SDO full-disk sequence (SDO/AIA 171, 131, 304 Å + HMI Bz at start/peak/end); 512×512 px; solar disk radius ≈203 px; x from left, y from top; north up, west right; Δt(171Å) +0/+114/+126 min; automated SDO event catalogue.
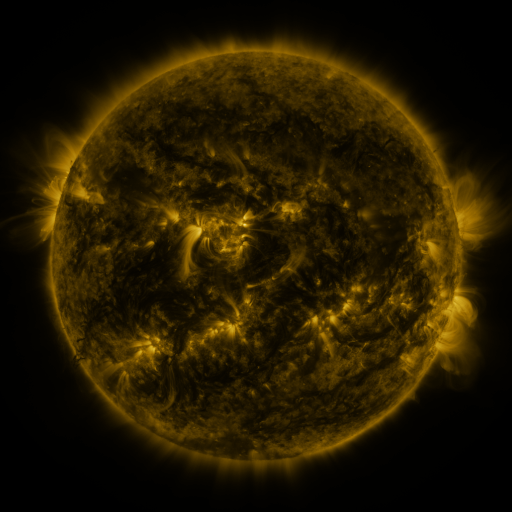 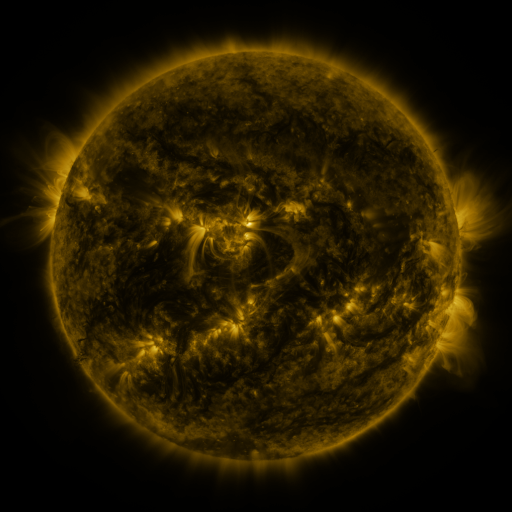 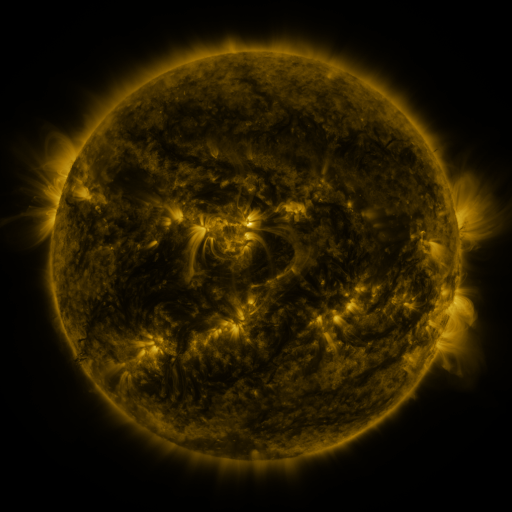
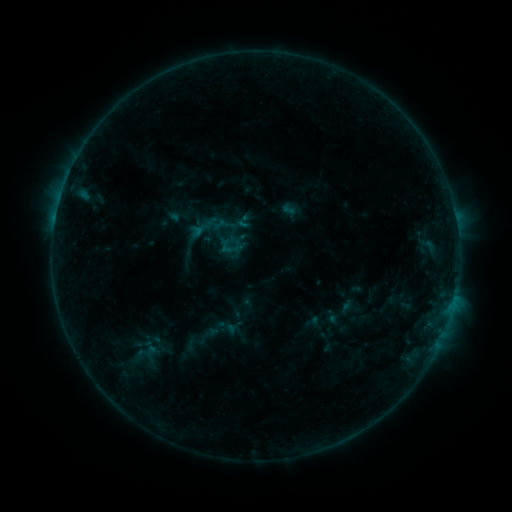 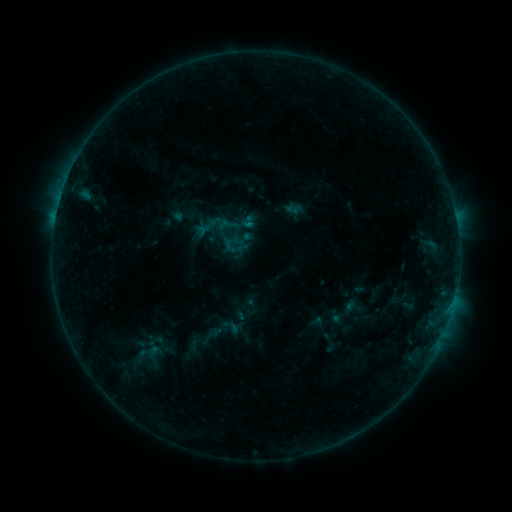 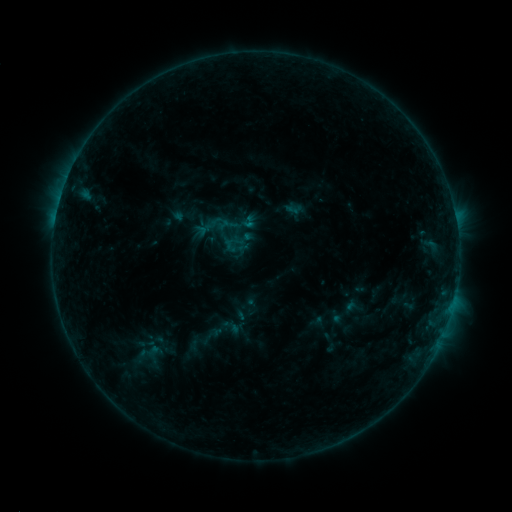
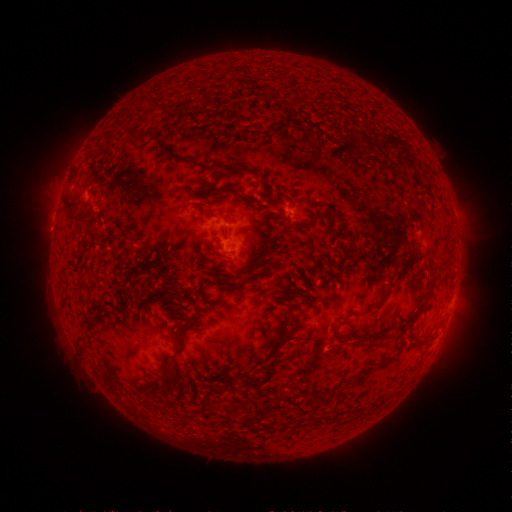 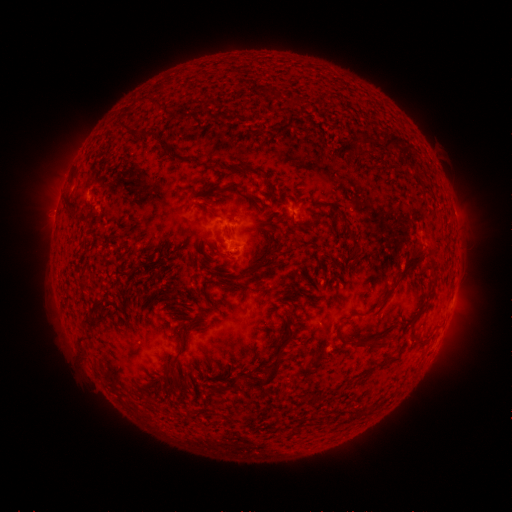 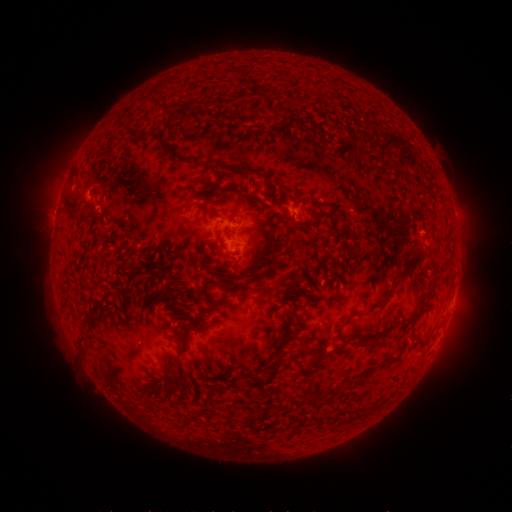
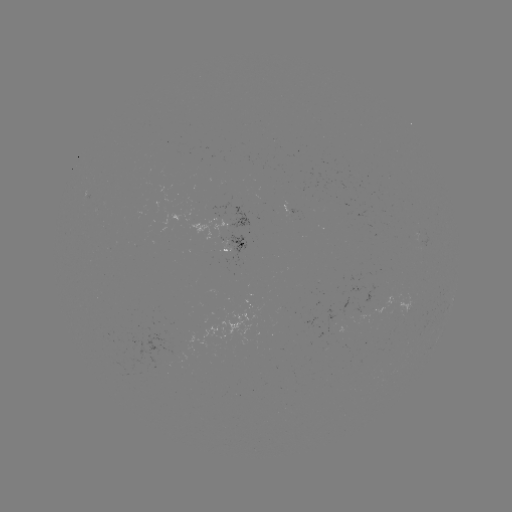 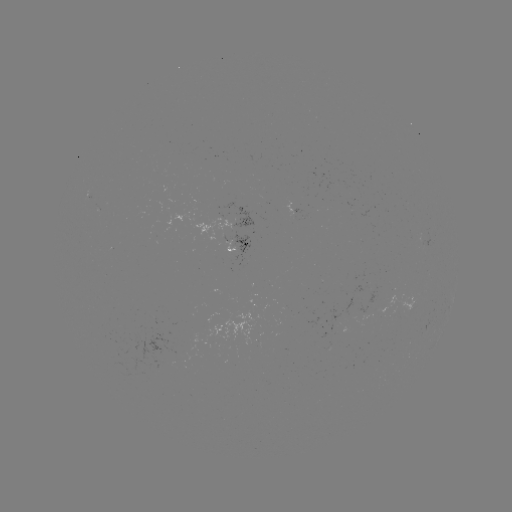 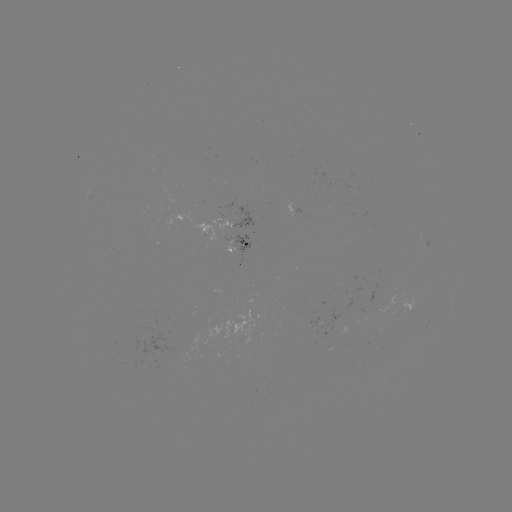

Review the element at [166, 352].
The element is emerging-flux region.